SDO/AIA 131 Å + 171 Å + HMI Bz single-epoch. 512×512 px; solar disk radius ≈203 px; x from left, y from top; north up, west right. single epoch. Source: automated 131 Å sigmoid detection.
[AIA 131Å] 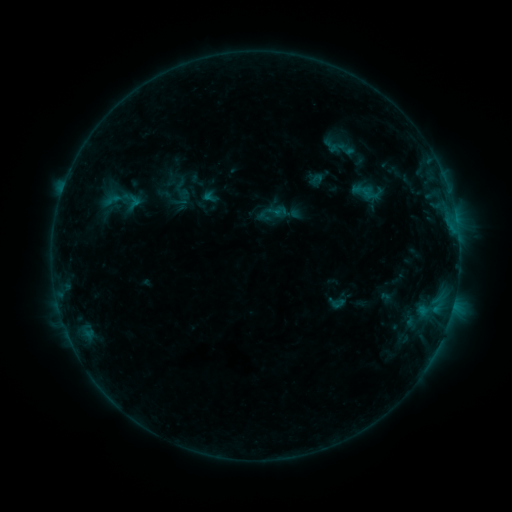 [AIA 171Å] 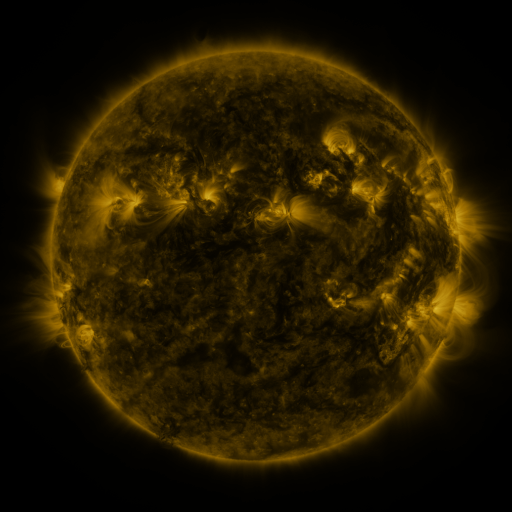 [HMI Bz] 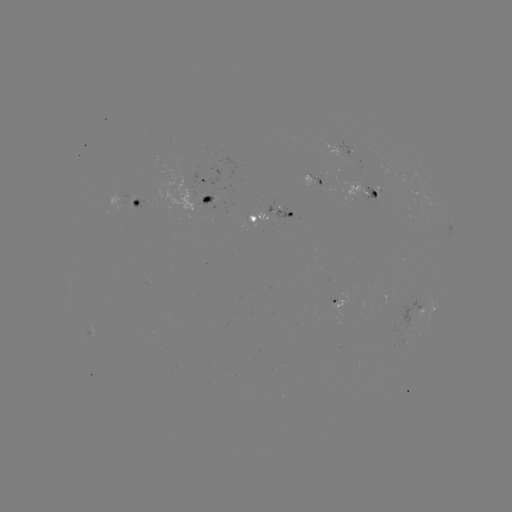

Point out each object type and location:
sigmoid: <bbox>325, 135, 361, 163</bbox>
sigmoid: <bbox>103, 180, 144, 221</bbox>
